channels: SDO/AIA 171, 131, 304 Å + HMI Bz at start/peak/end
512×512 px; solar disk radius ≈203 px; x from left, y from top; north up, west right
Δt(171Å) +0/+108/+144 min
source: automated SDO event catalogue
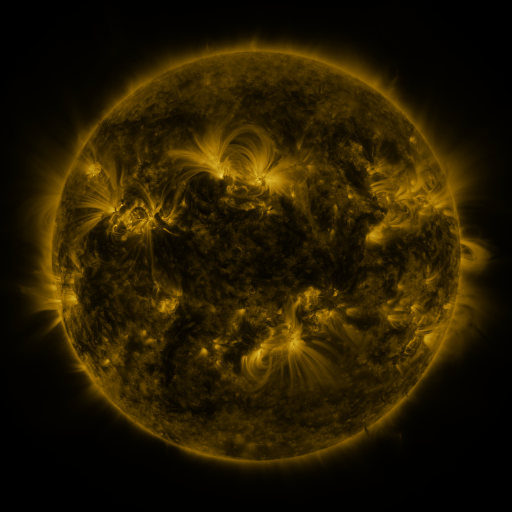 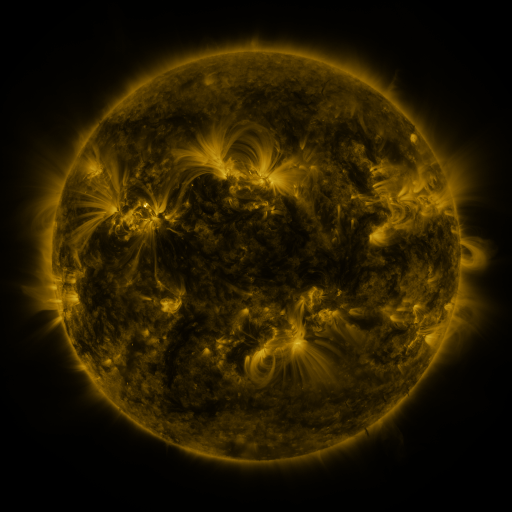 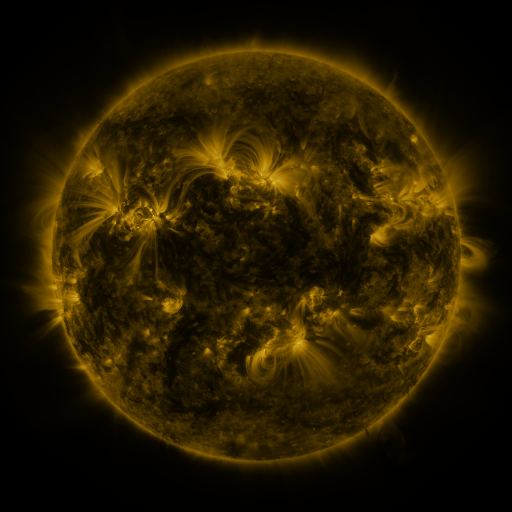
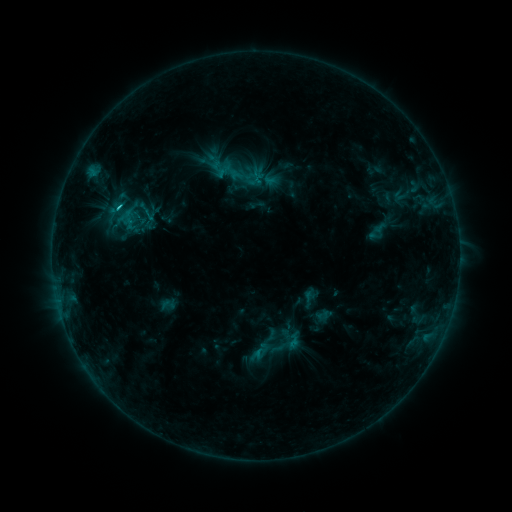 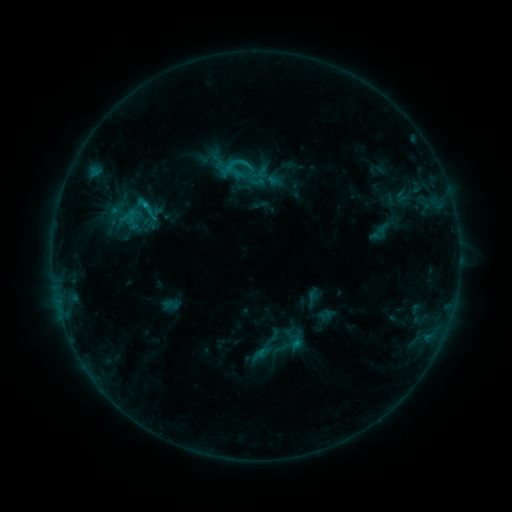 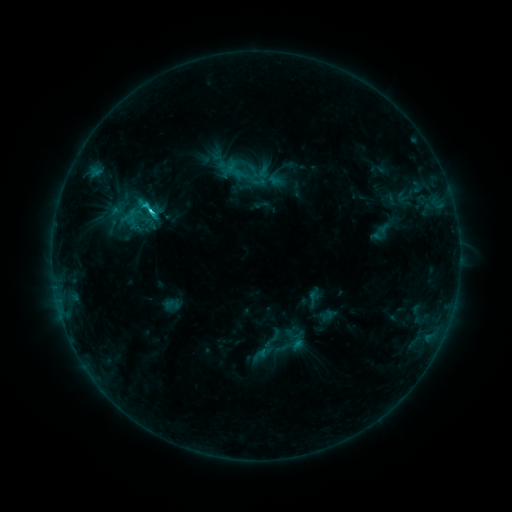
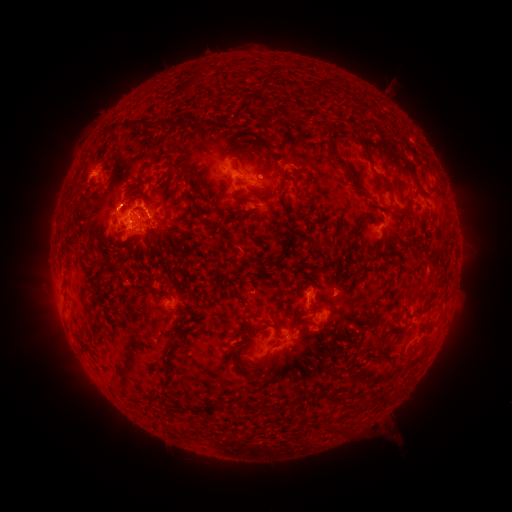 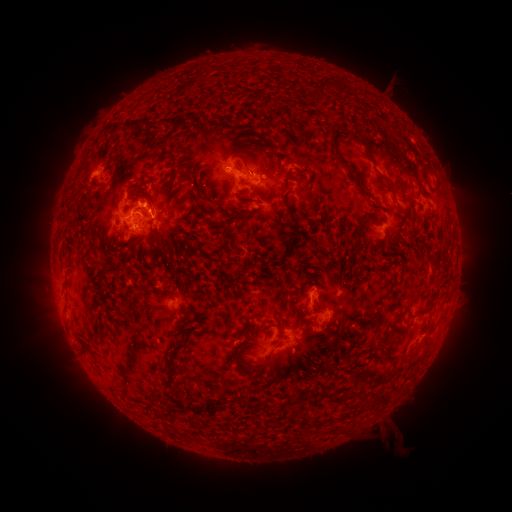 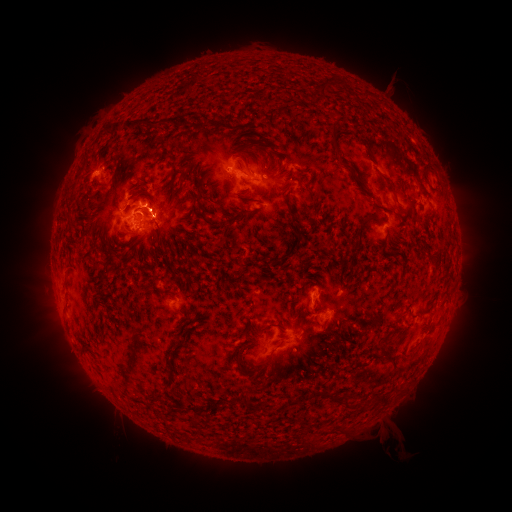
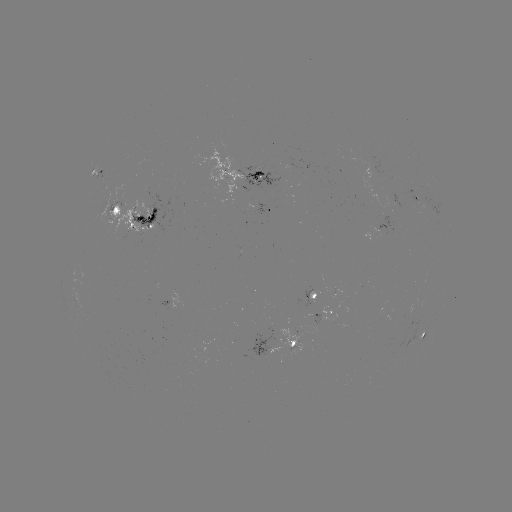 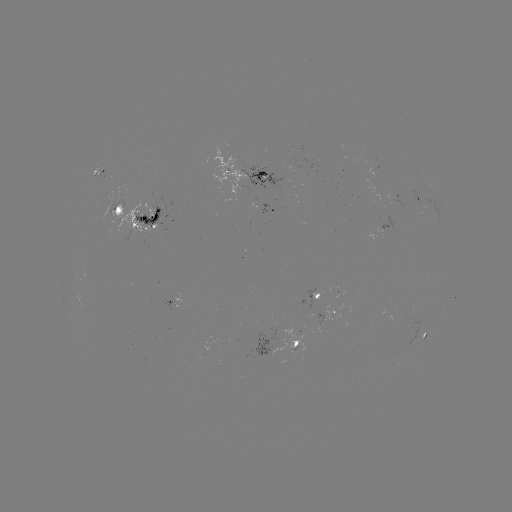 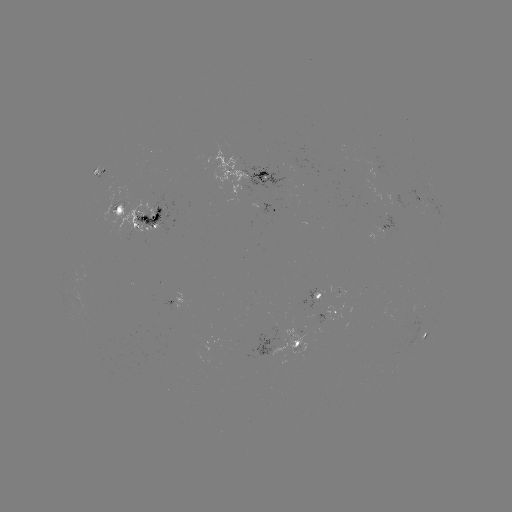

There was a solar emerging-flux region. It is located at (105, 180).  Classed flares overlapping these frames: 3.